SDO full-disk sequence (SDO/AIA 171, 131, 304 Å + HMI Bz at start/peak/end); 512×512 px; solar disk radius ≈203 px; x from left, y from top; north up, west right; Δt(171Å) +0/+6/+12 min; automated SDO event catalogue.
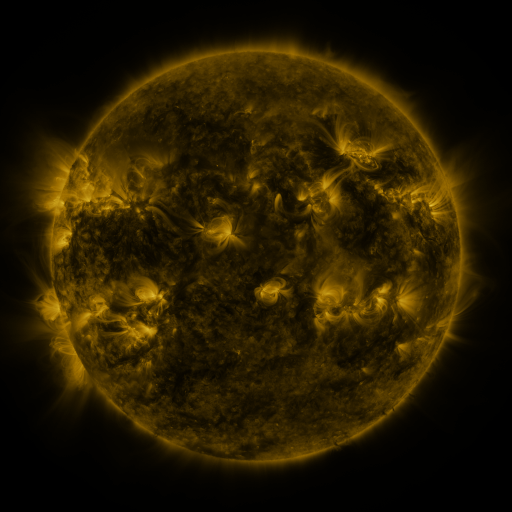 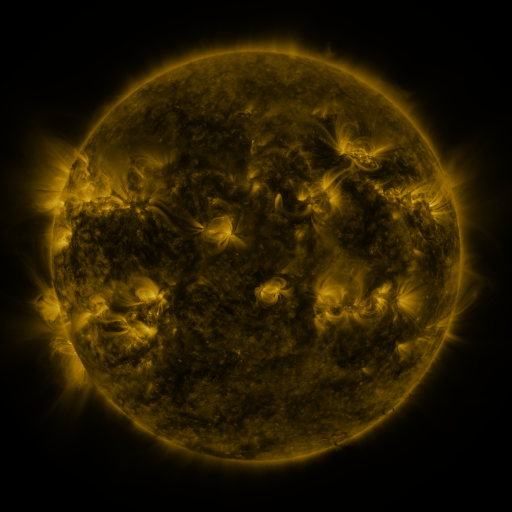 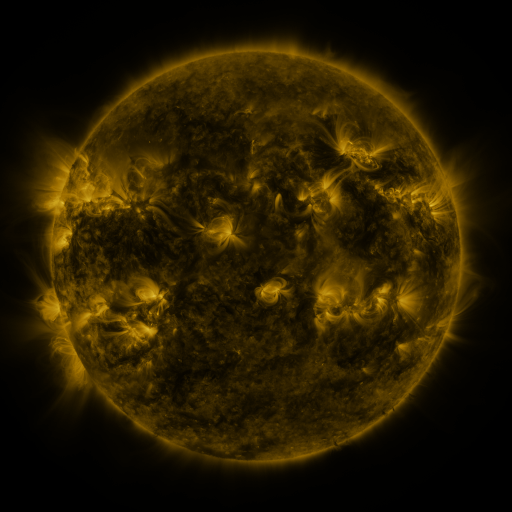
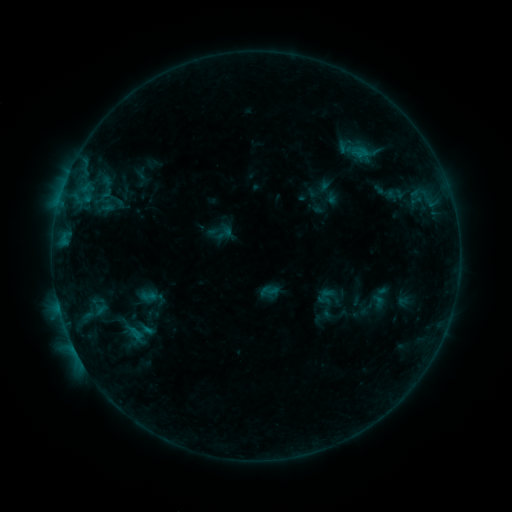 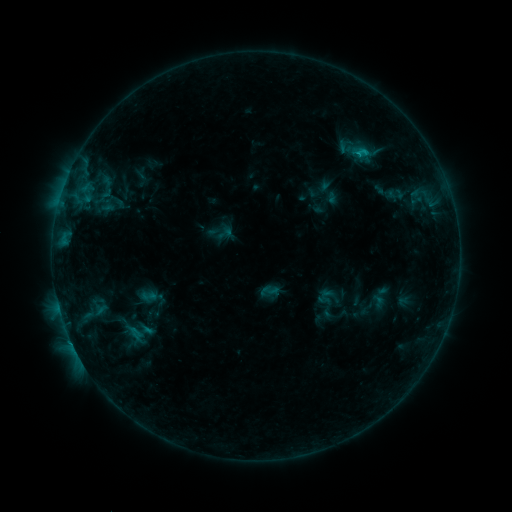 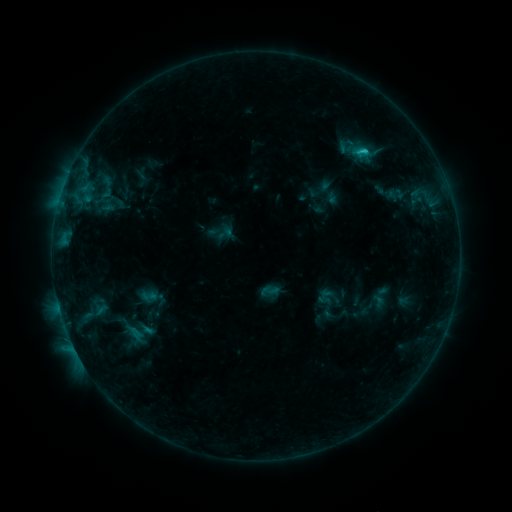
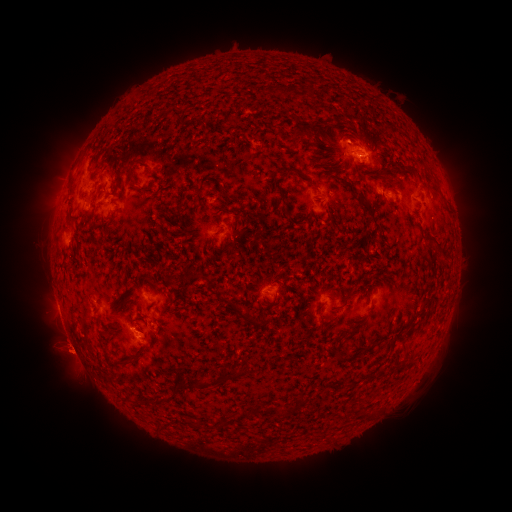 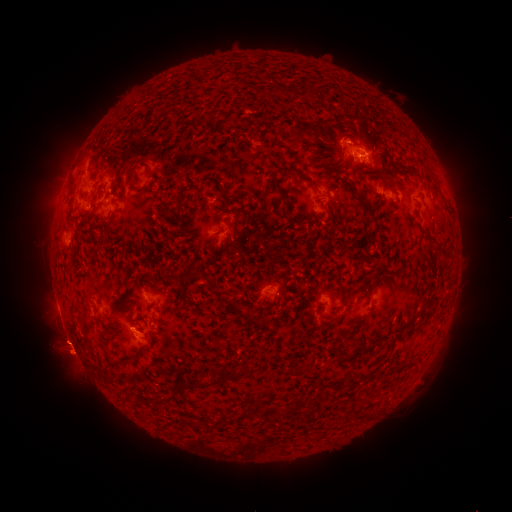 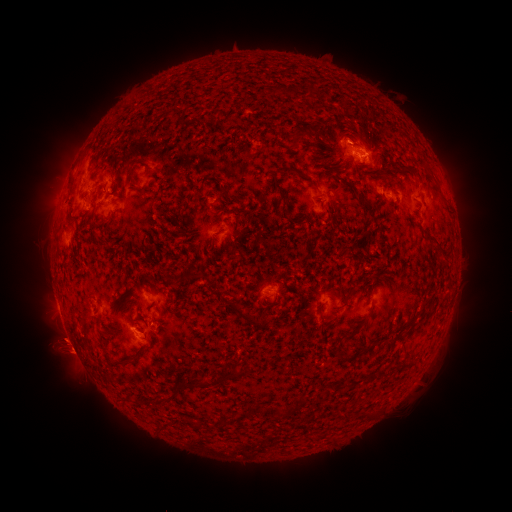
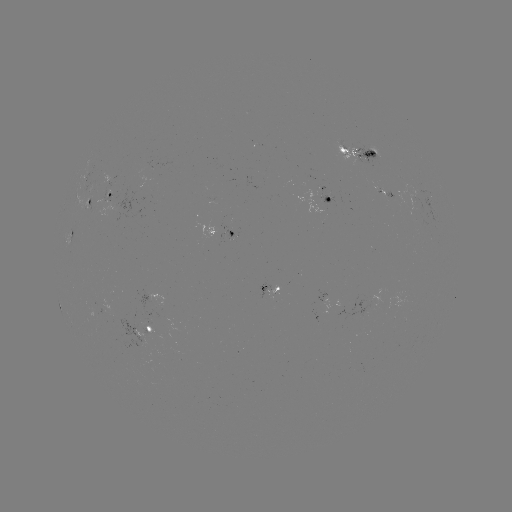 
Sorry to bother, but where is C1.2 flare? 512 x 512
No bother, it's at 365,155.